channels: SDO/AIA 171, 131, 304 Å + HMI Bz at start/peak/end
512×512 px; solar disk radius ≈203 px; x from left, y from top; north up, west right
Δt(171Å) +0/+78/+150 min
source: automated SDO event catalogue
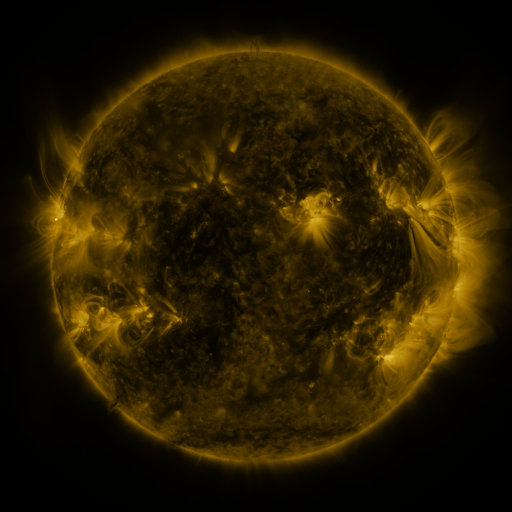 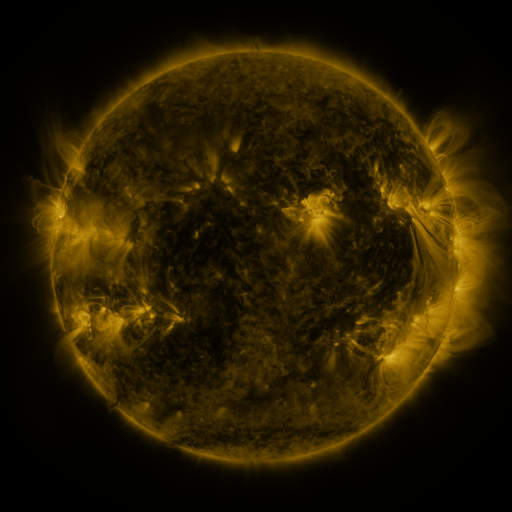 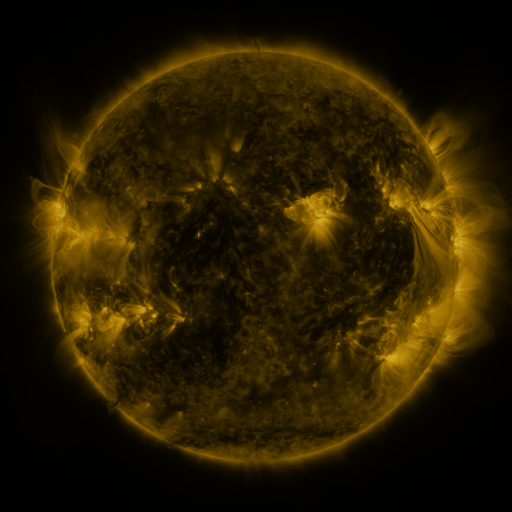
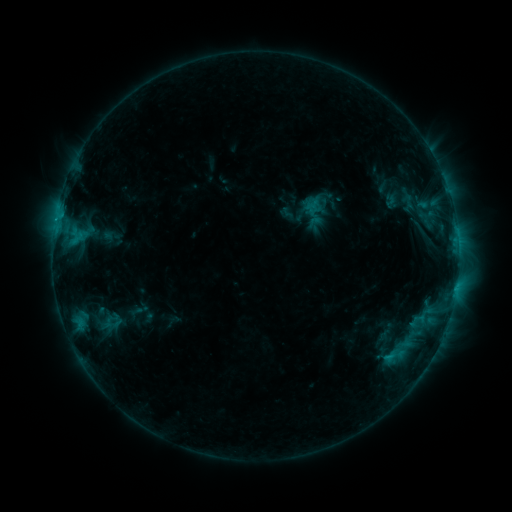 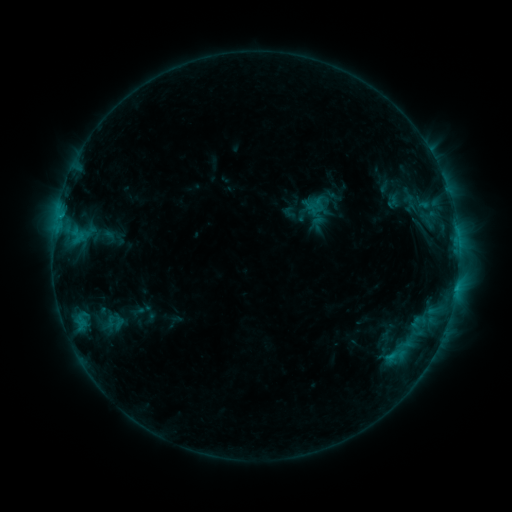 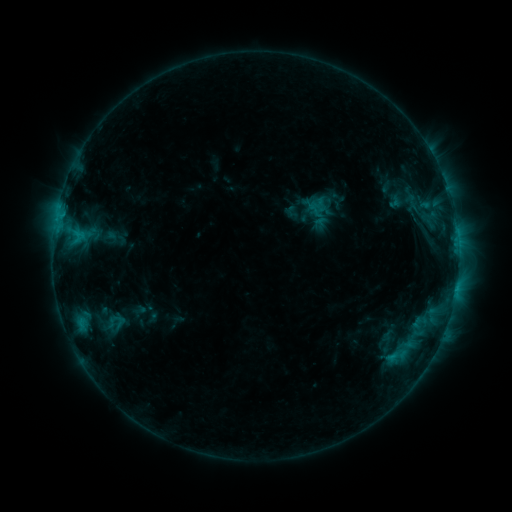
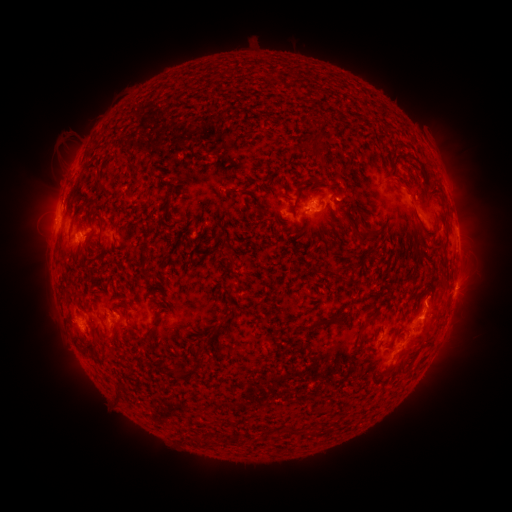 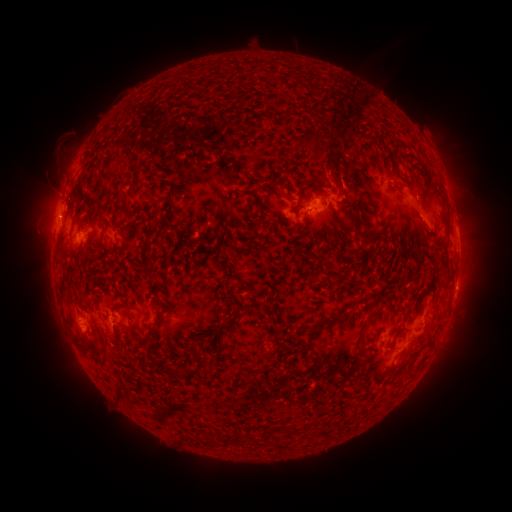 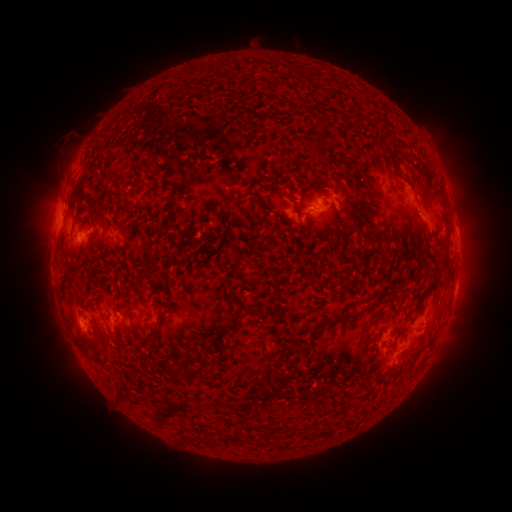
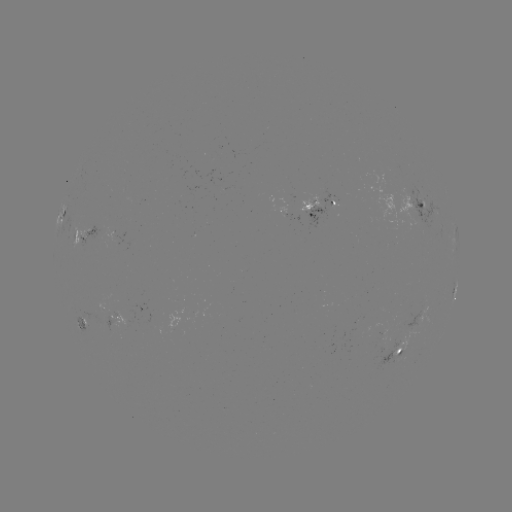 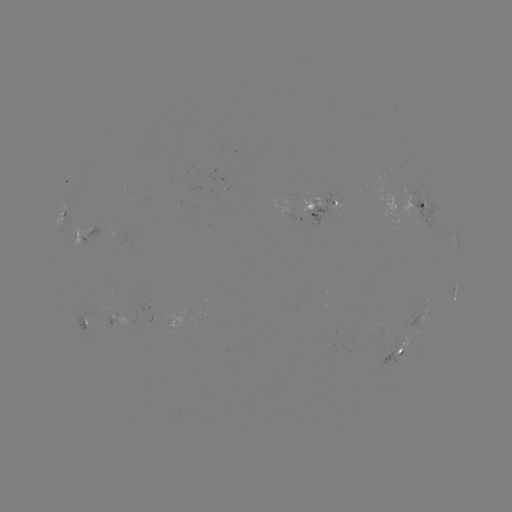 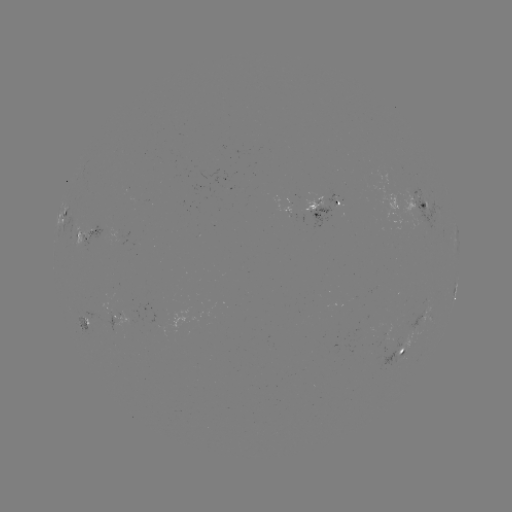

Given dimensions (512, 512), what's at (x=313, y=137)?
filament eruption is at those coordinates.